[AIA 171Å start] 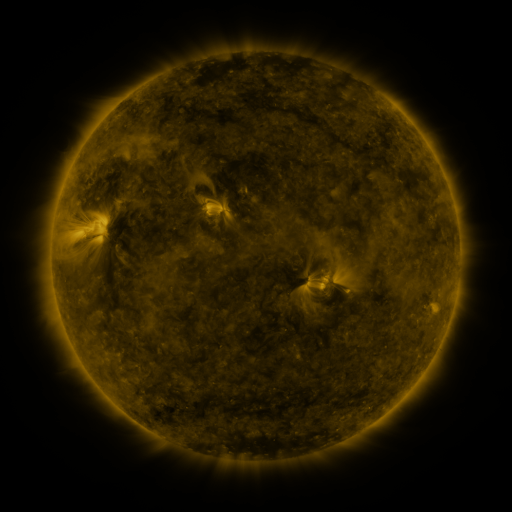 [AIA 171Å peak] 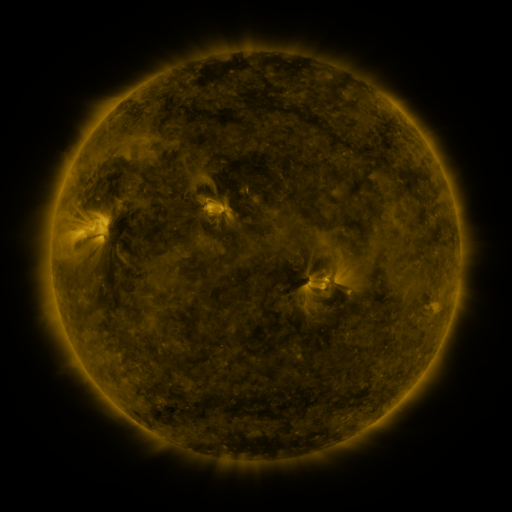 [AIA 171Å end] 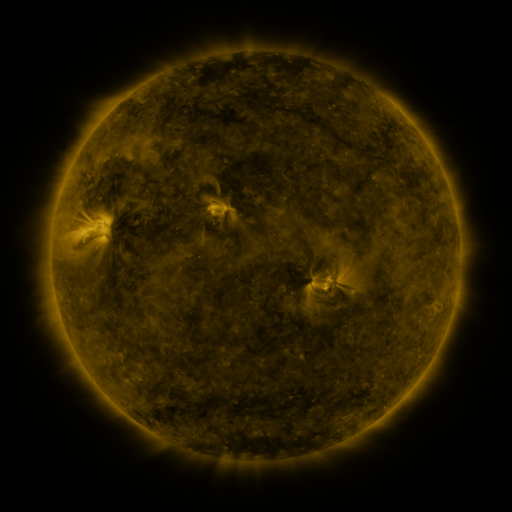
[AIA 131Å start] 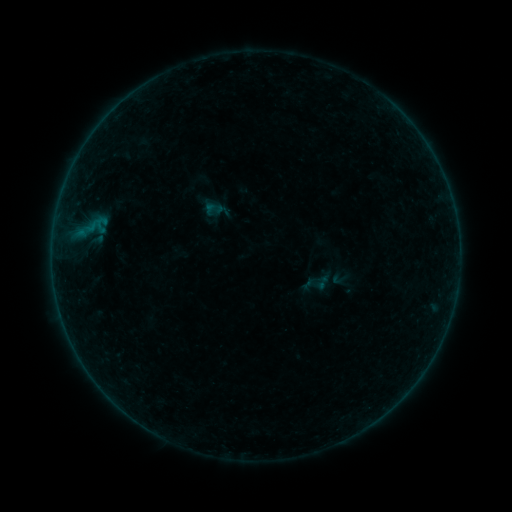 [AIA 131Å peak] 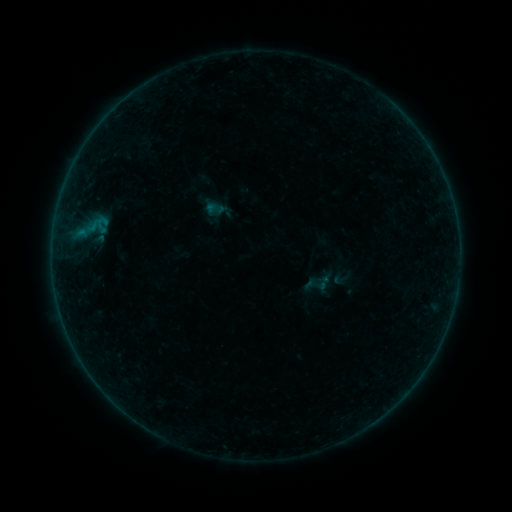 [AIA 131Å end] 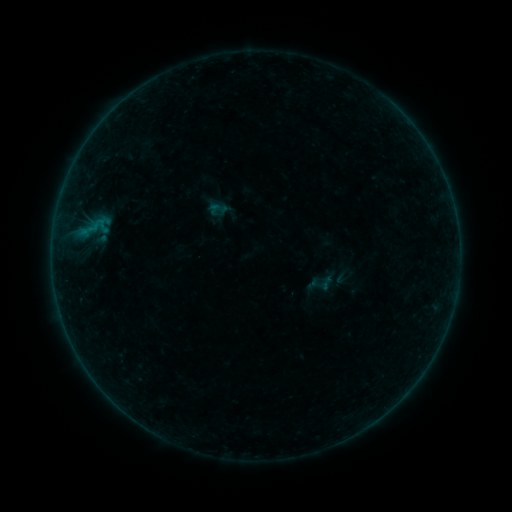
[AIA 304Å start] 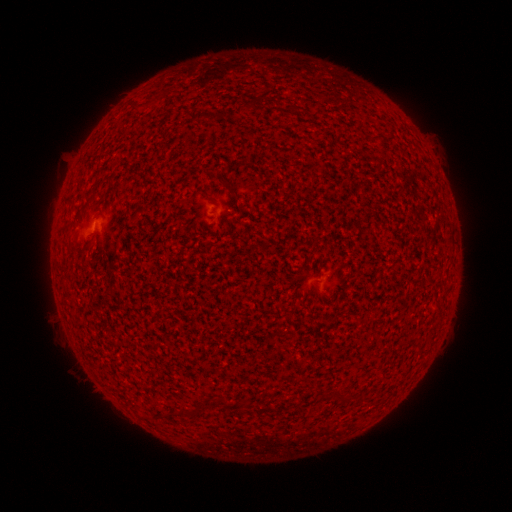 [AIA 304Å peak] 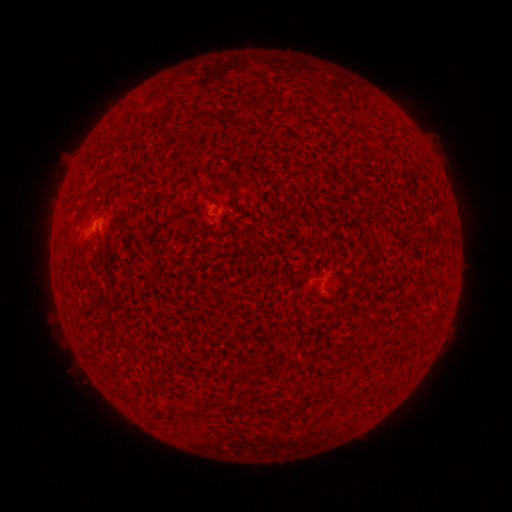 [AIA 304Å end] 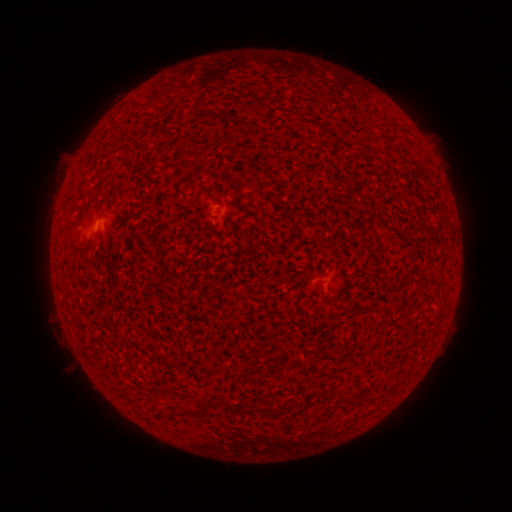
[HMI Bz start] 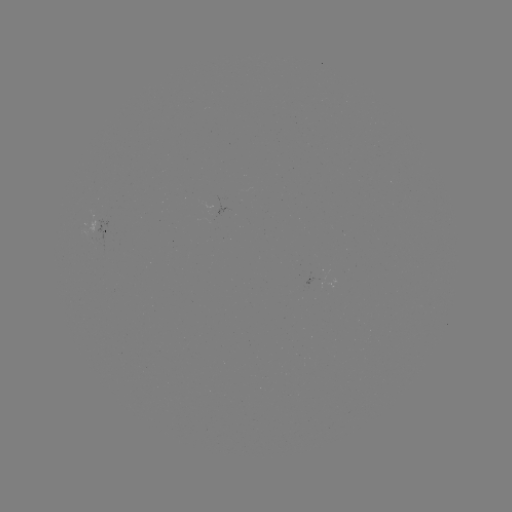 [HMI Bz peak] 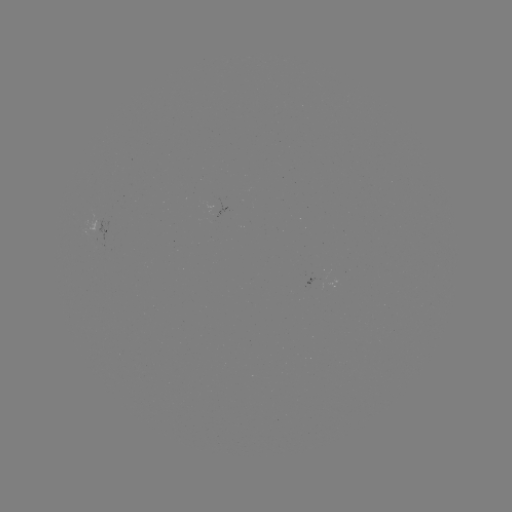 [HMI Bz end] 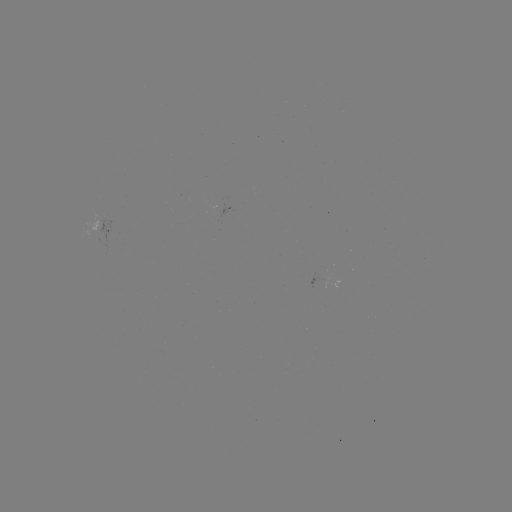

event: flare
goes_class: A4.0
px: (96, 227)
